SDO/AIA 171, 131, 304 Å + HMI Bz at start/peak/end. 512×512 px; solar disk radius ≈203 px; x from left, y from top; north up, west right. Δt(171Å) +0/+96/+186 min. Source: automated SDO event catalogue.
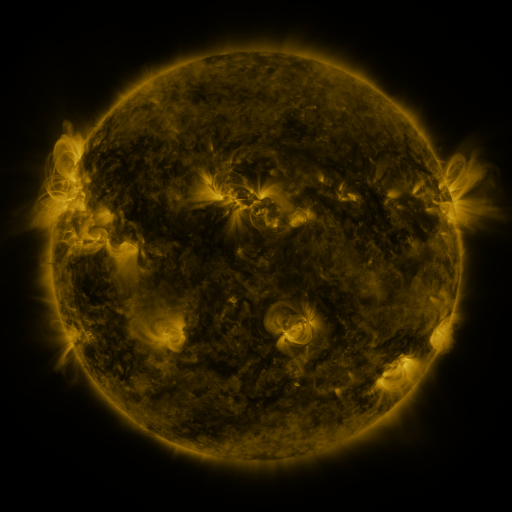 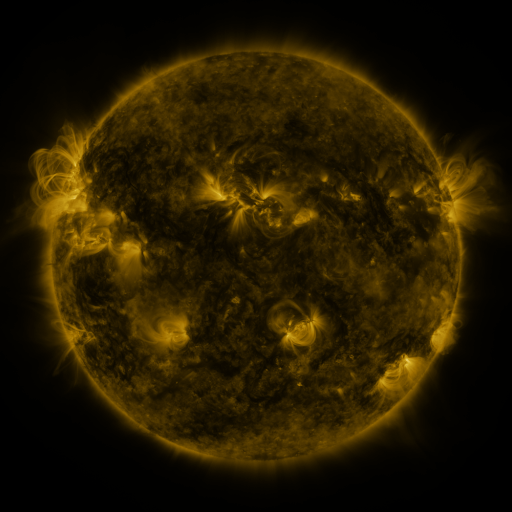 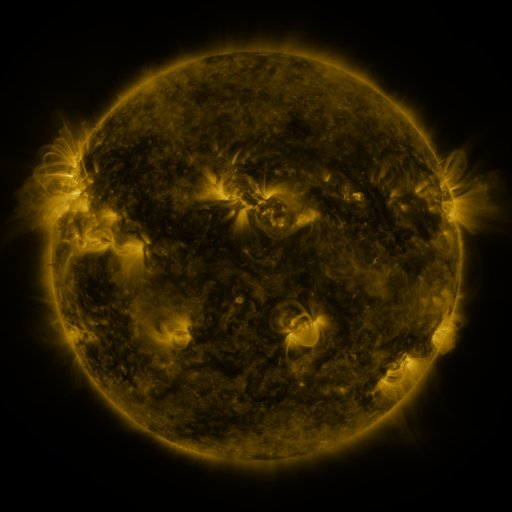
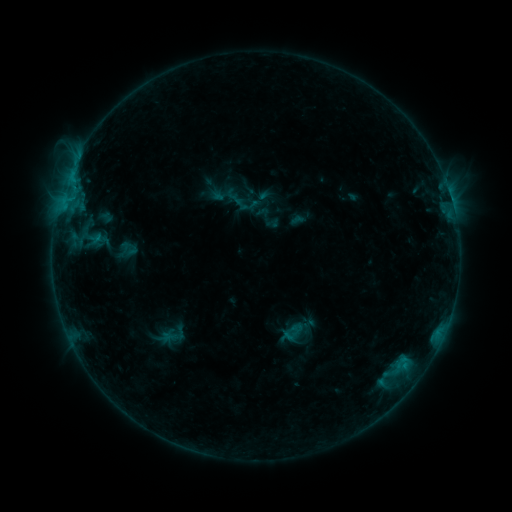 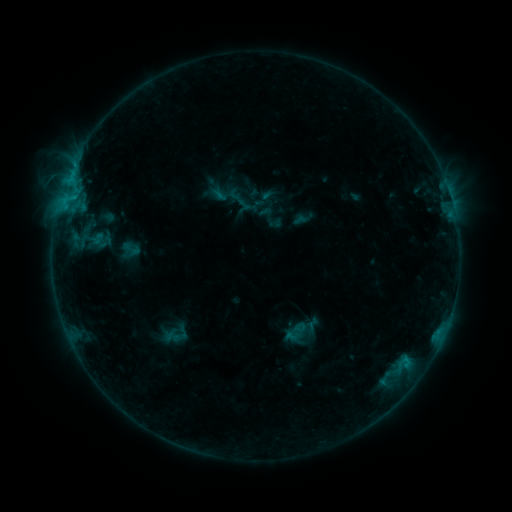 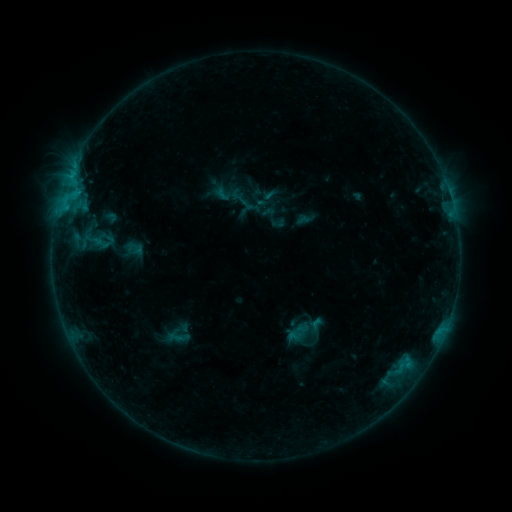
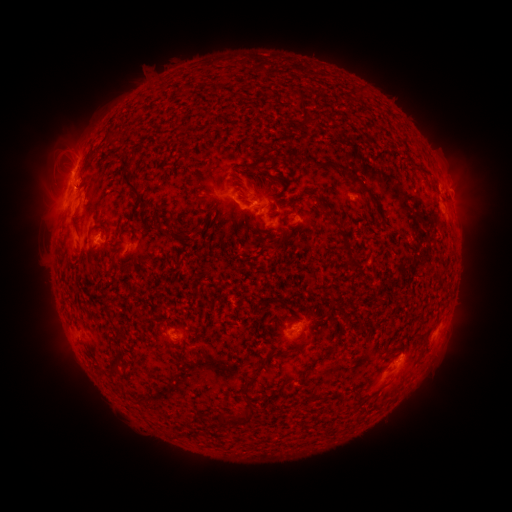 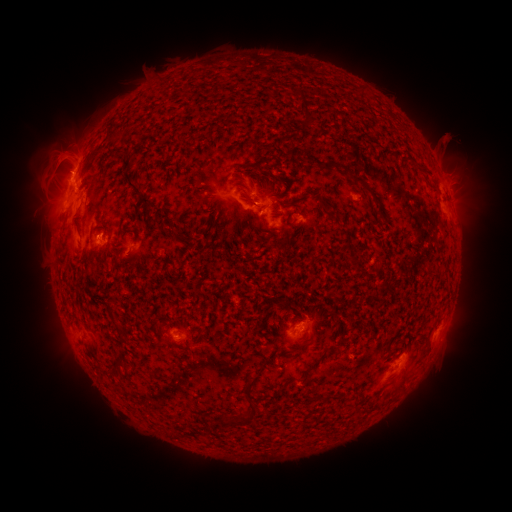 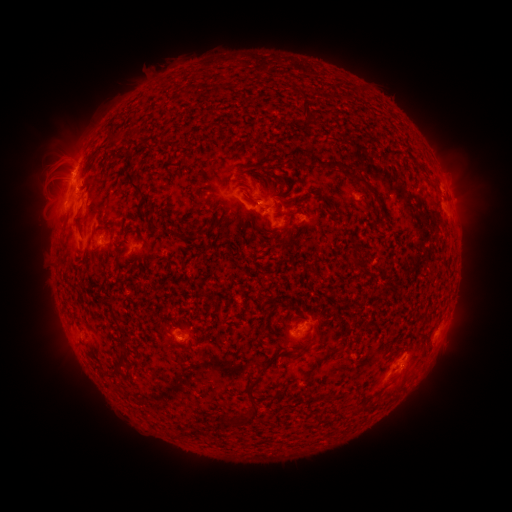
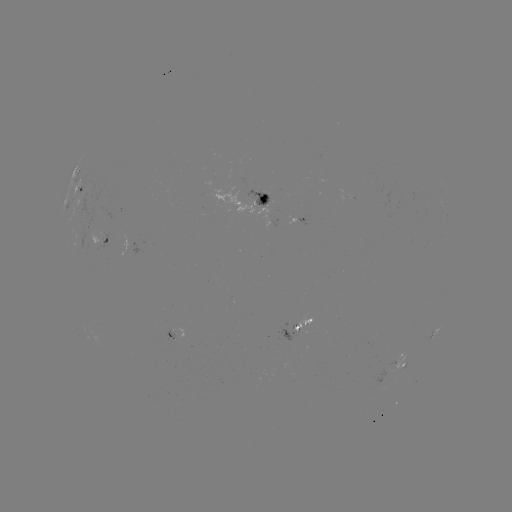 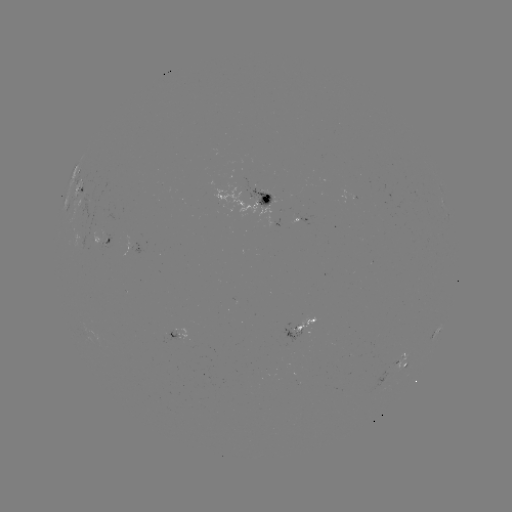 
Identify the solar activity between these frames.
filament eruption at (457, 156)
